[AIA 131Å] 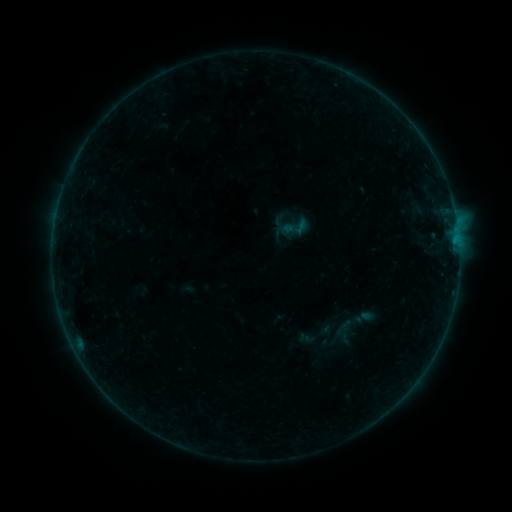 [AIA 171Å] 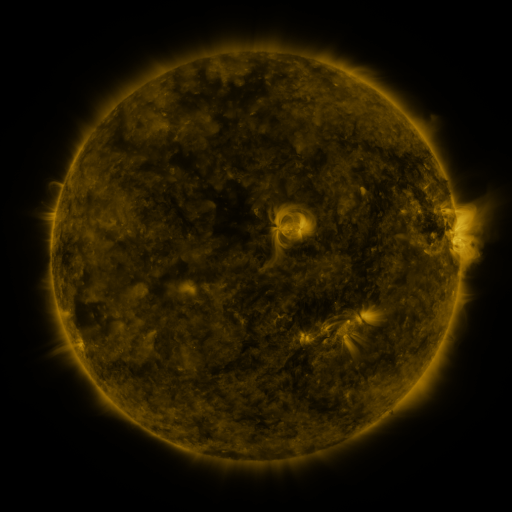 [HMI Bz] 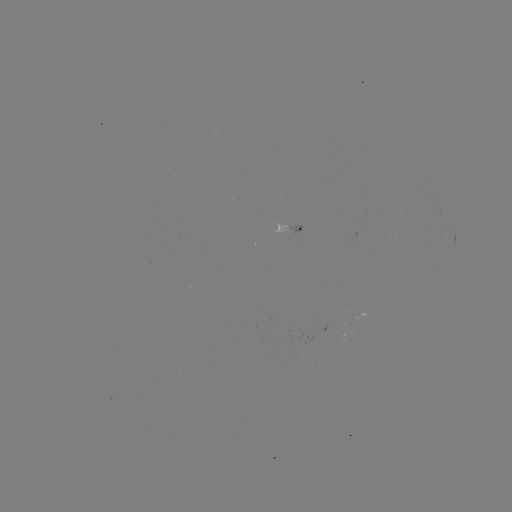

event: sigmoid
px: (295, 227)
